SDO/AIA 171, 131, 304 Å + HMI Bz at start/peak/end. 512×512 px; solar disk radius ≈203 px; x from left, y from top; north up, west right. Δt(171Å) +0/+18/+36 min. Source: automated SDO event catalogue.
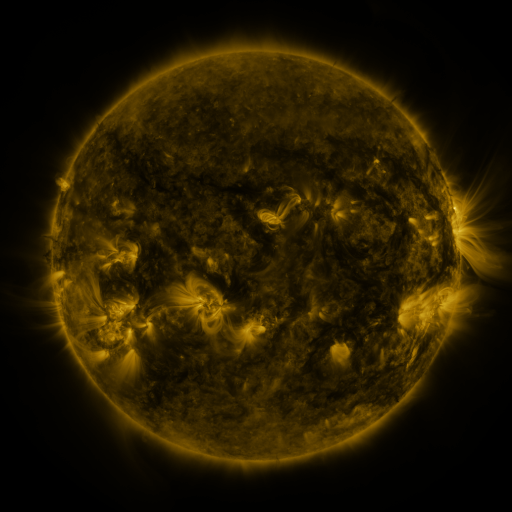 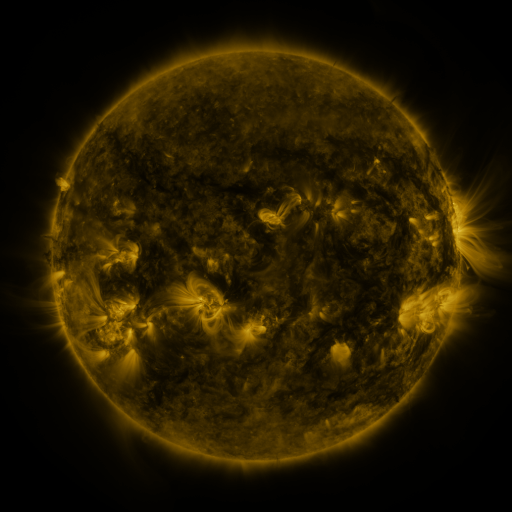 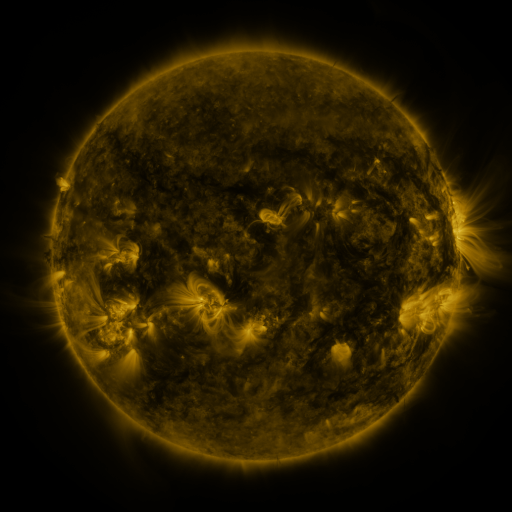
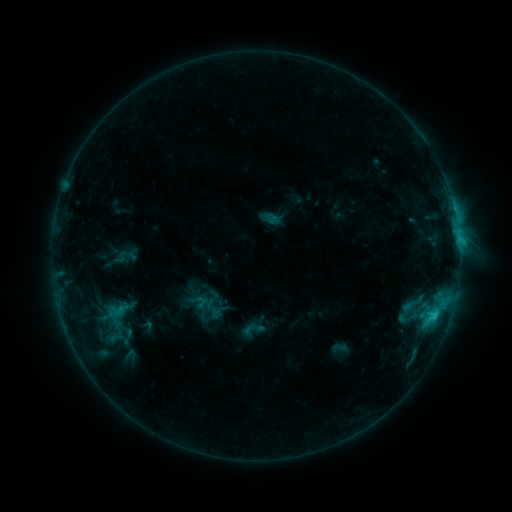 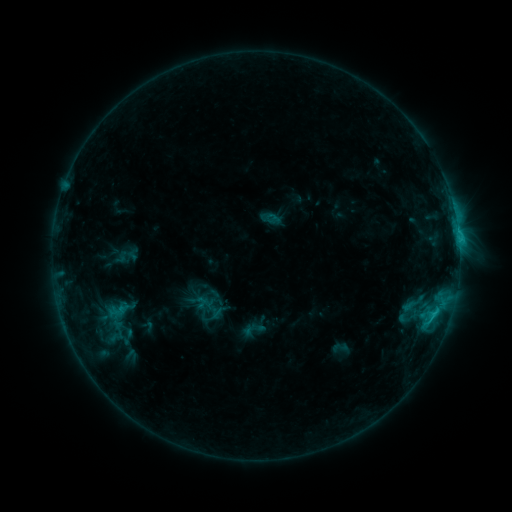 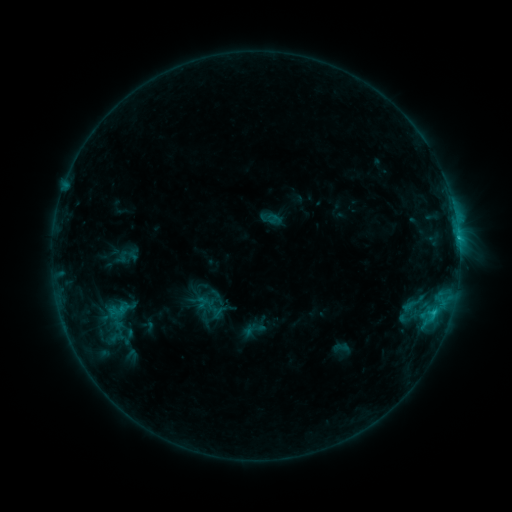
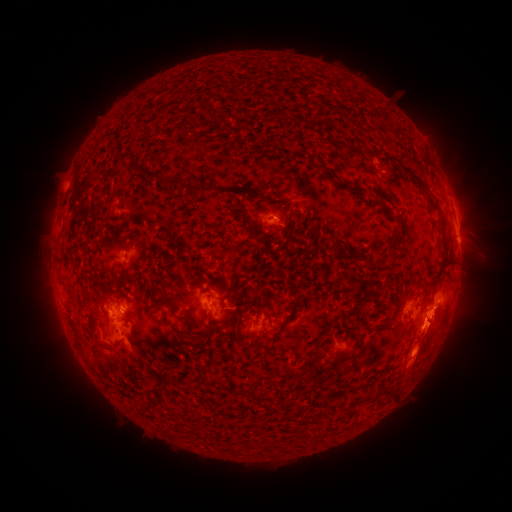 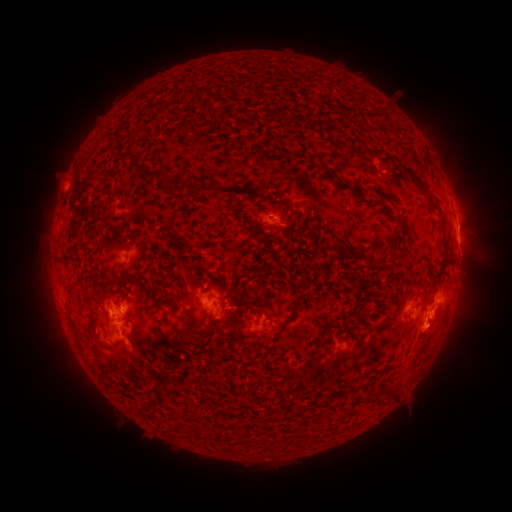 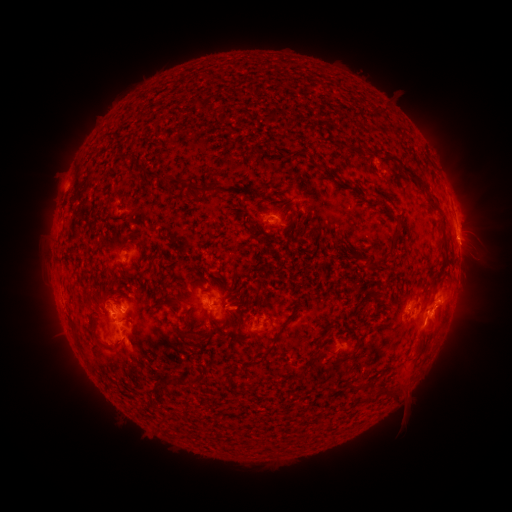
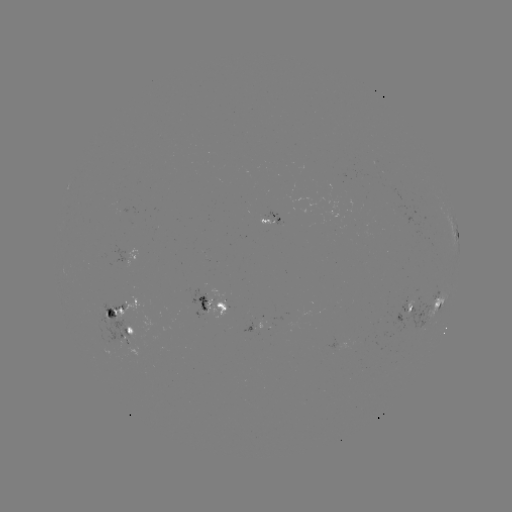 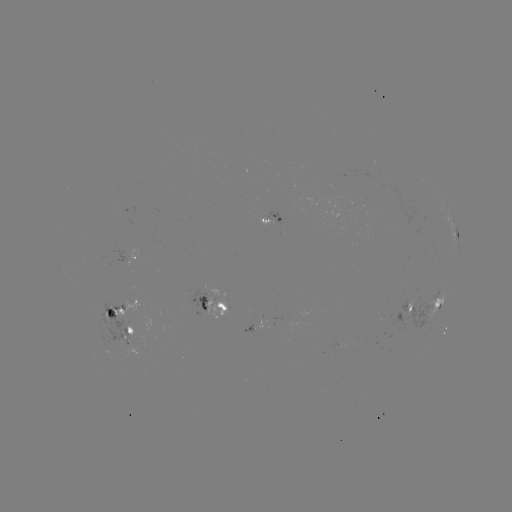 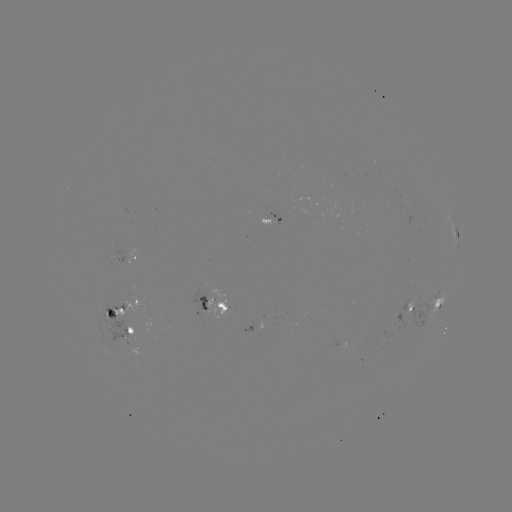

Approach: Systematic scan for eruption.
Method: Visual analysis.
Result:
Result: eruption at (425, 346).